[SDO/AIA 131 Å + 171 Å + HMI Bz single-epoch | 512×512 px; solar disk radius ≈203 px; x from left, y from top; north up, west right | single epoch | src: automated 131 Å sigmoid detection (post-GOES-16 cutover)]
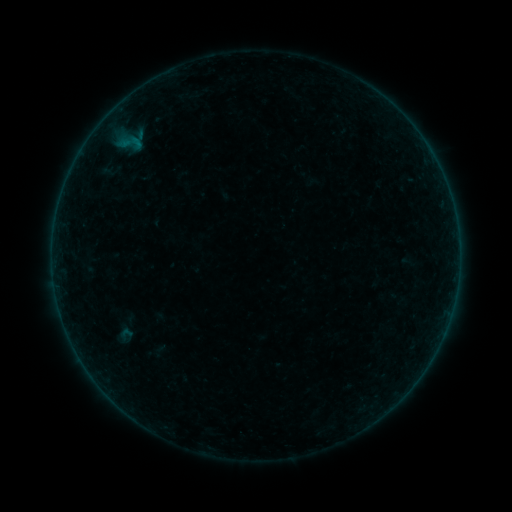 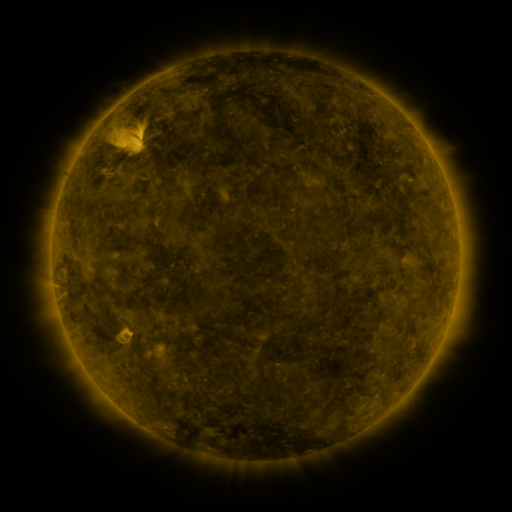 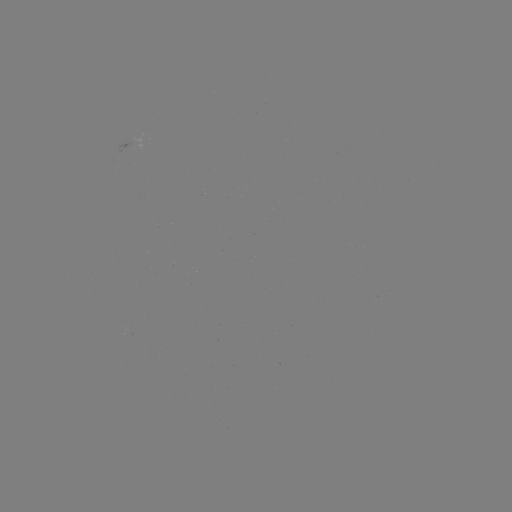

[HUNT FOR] sigmoid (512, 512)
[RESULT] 126,334